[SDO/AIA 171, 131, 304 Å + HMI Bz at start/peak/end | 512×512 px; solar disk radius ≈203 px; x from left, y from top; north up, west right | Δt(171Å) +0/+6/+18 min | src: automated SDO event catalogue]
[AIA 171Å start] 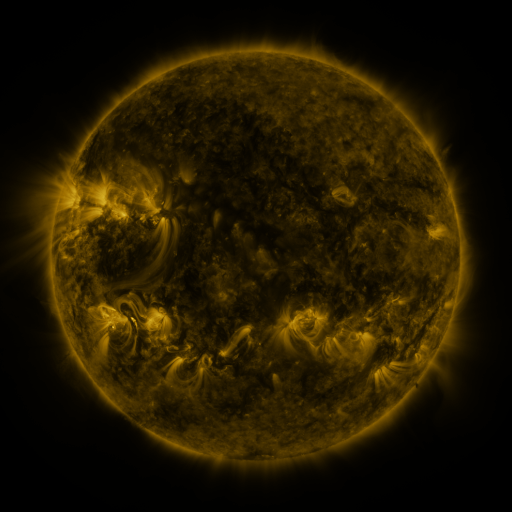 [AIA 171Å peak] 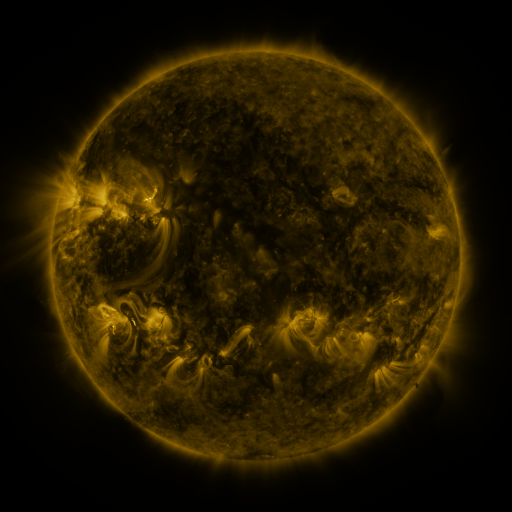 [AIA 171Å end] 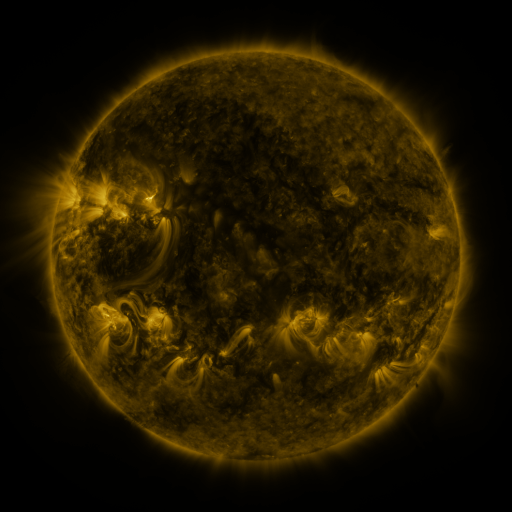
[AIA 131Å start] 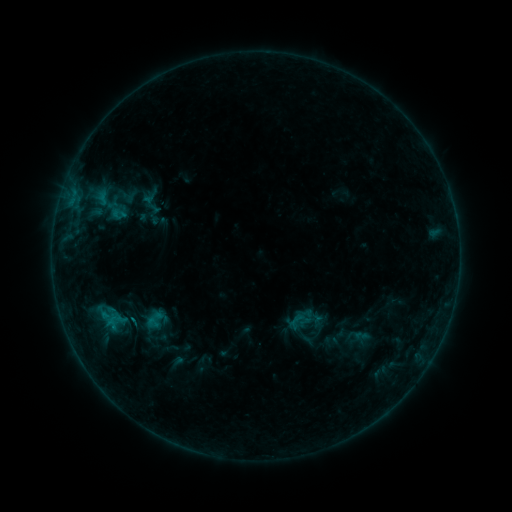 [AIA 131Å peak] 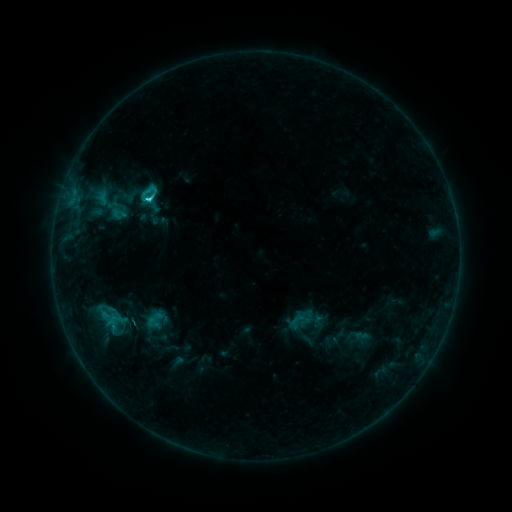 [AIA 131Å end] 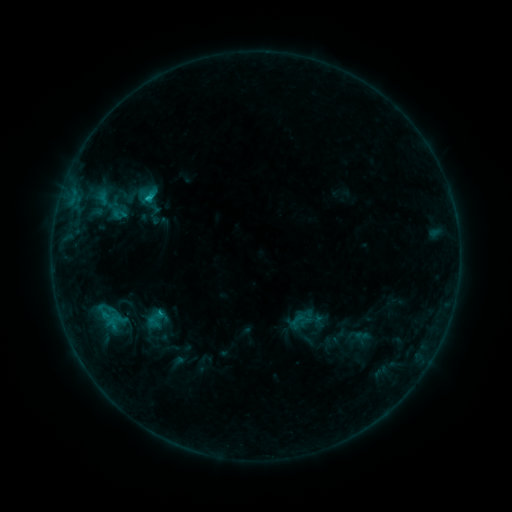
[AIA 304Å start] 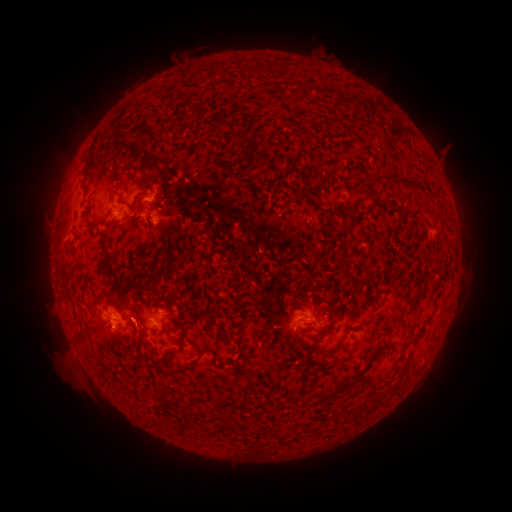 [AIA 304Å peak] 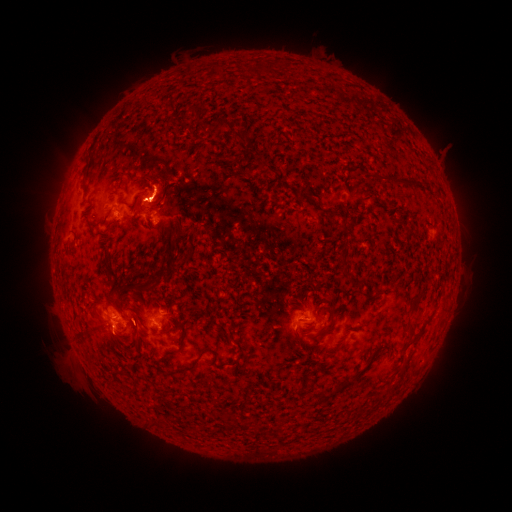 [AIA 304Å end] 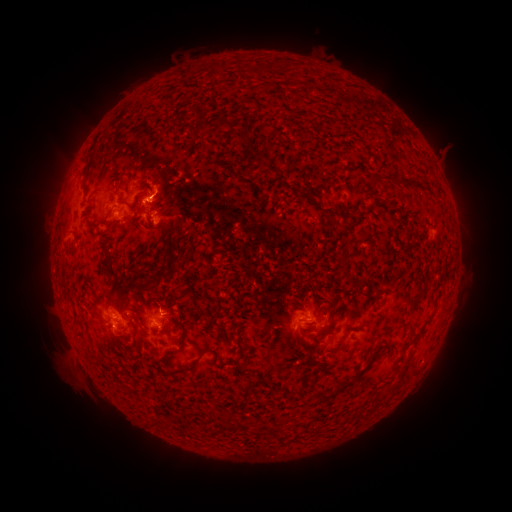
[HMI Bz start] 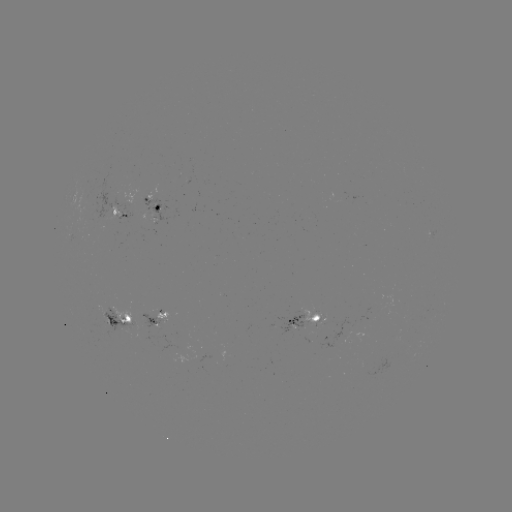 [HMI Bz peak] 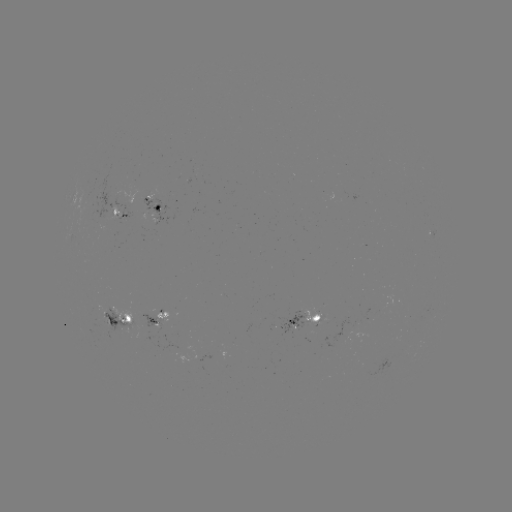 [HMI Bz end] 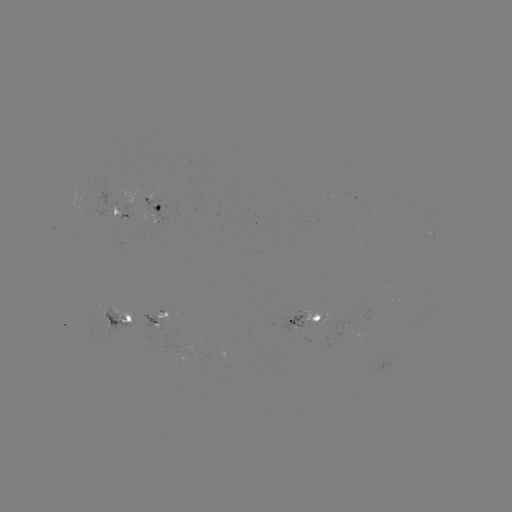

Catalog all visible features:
C1.8 flare: (150, 200)
